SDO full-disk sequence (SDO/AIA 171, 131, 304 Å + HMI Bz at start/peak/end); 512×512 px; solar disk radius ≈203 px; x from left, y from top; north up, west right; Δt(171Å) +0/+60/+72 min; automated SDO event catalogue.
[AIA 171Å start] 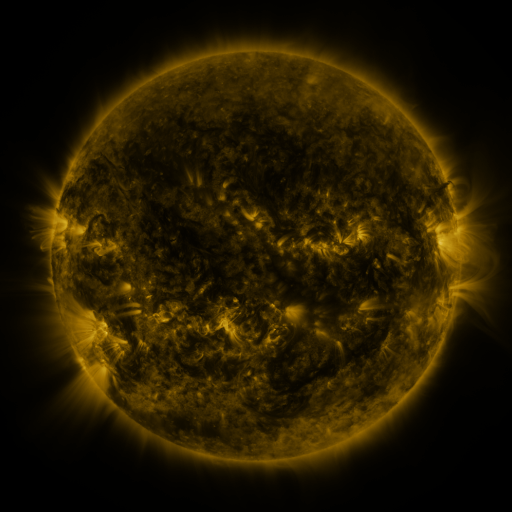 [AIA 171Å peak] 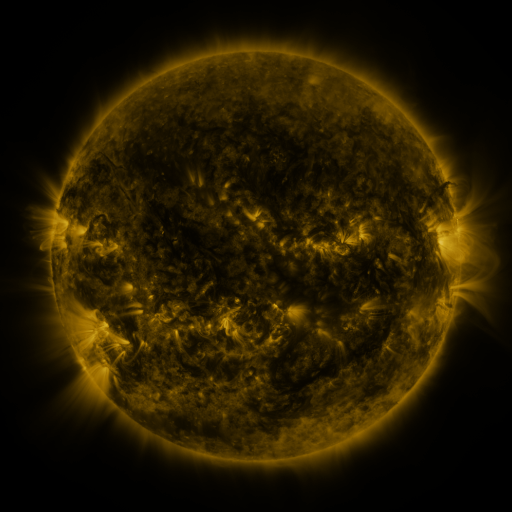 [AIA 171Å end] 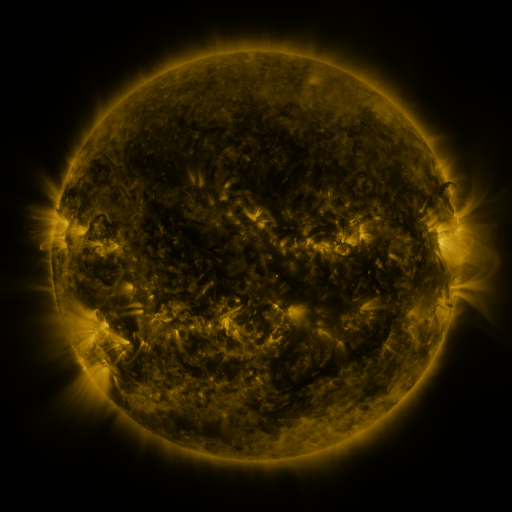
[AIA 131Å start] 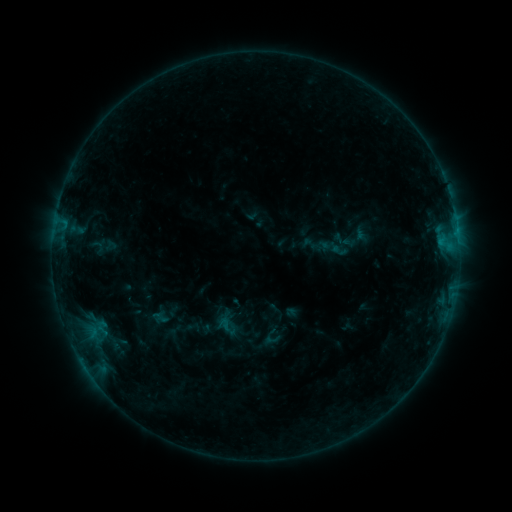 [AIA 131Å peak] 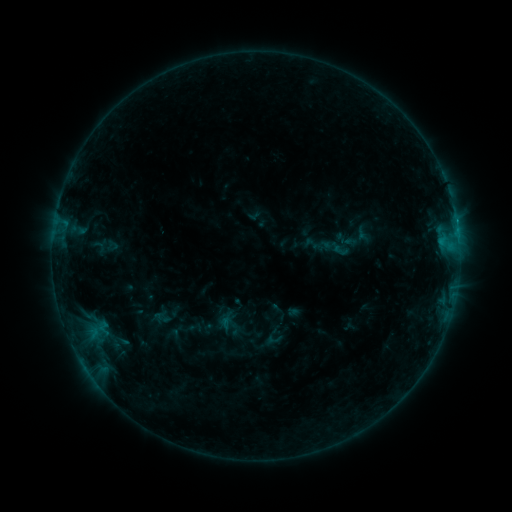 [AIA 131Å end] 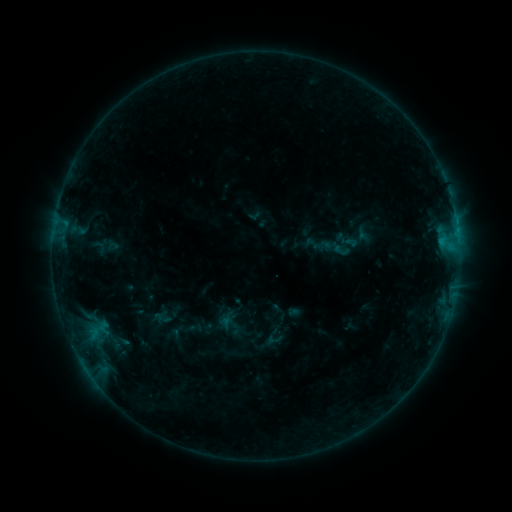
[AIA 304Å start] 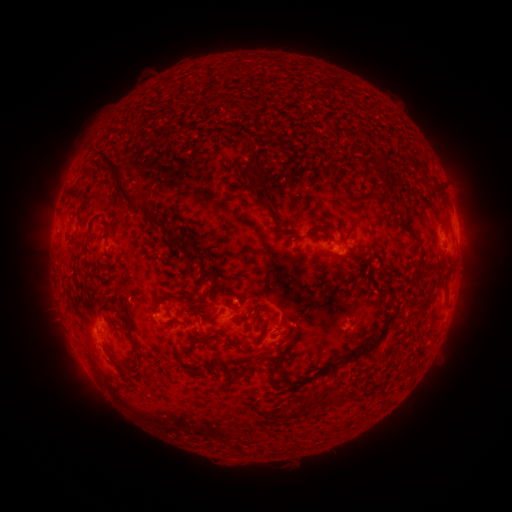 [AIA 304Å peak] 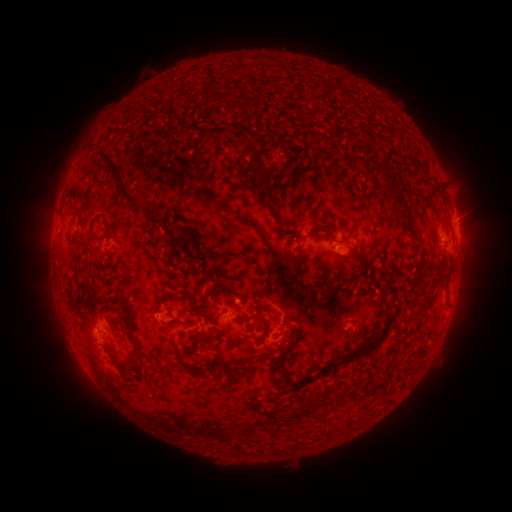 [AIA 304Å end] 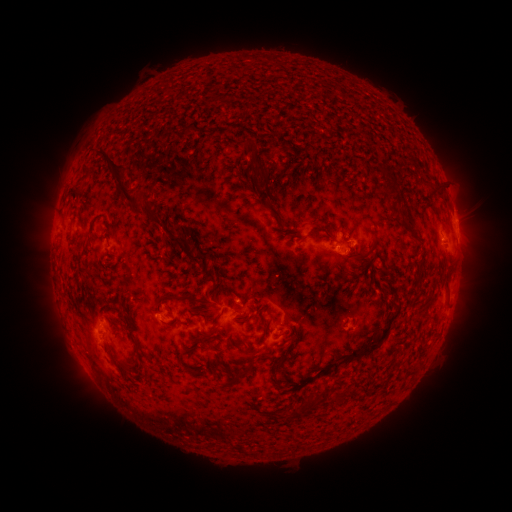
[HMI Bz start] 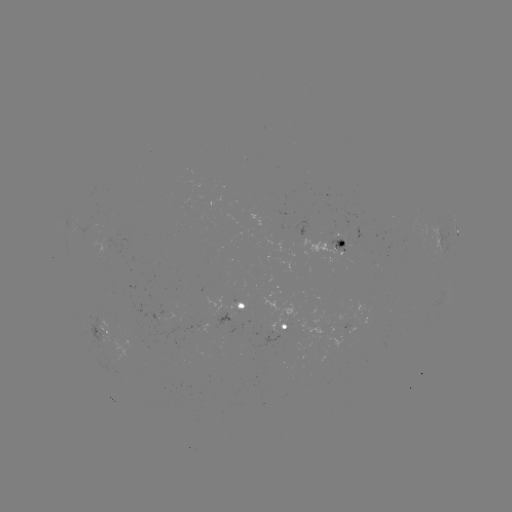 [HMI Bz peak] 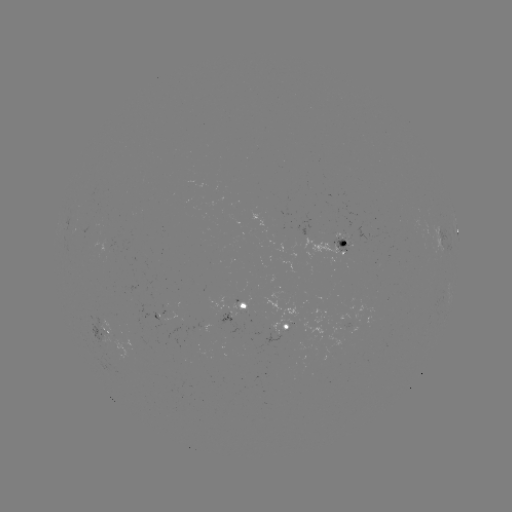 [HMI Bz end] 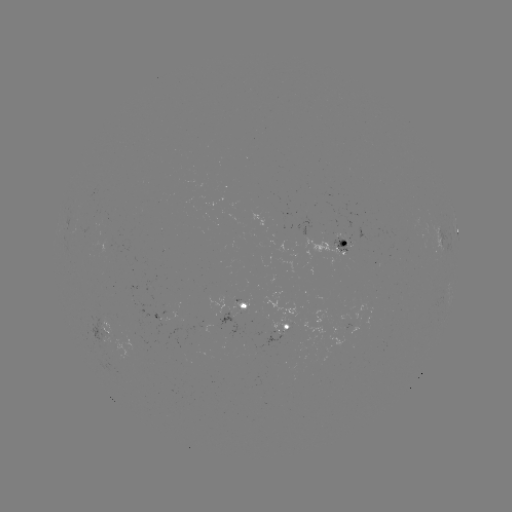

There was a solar emerging-flux region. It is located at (102, 334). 